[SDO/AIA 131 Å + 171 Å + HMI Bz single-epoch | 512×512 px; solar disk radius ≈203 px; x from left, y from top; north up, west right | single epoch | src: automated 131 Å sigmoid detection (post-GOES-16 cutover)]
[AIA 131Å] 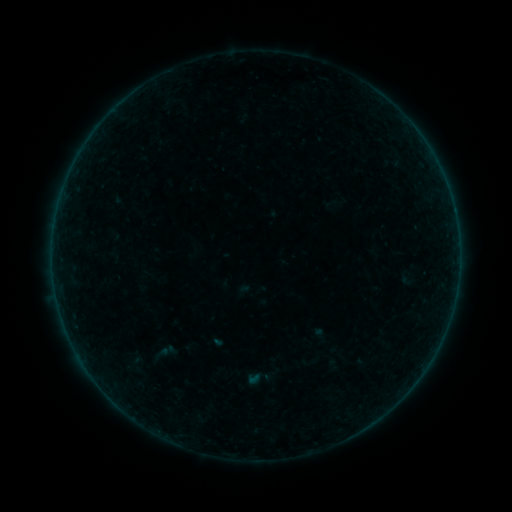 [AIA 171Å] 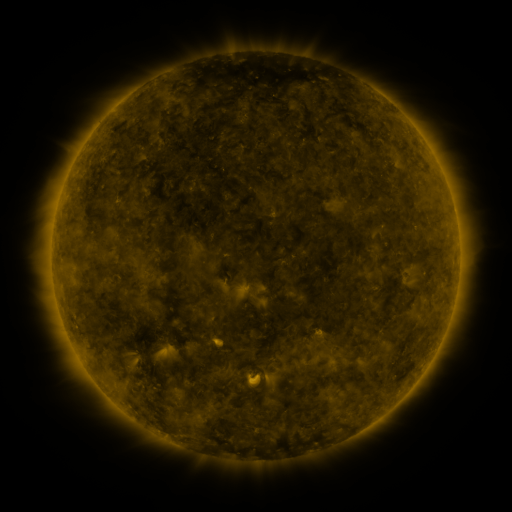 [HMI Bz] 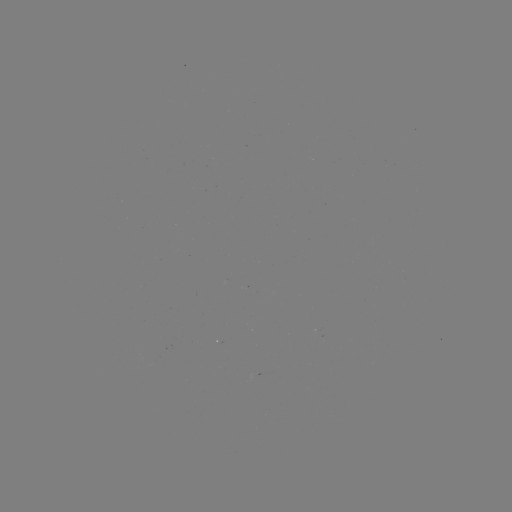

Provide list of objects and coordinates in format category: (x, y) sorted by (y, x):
sigmoid: (134, 365)
